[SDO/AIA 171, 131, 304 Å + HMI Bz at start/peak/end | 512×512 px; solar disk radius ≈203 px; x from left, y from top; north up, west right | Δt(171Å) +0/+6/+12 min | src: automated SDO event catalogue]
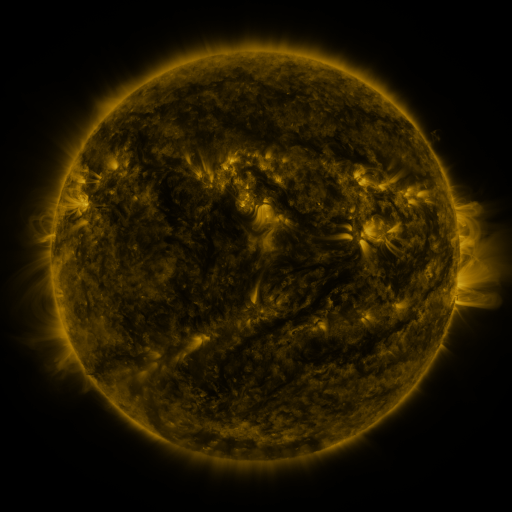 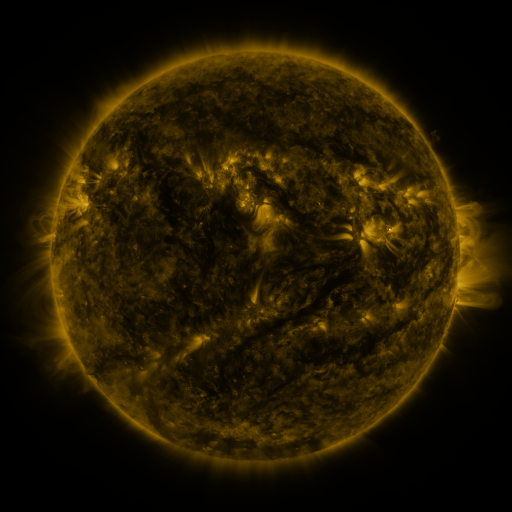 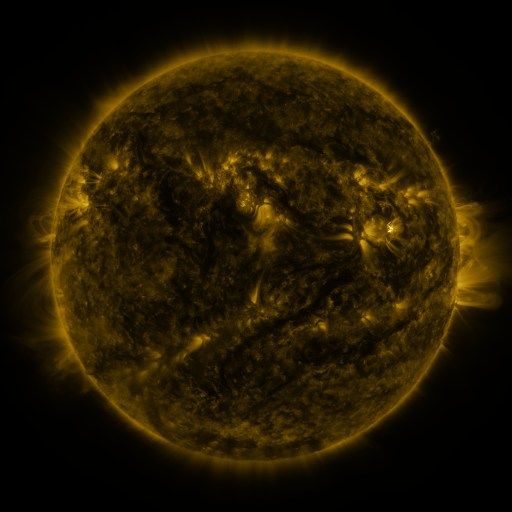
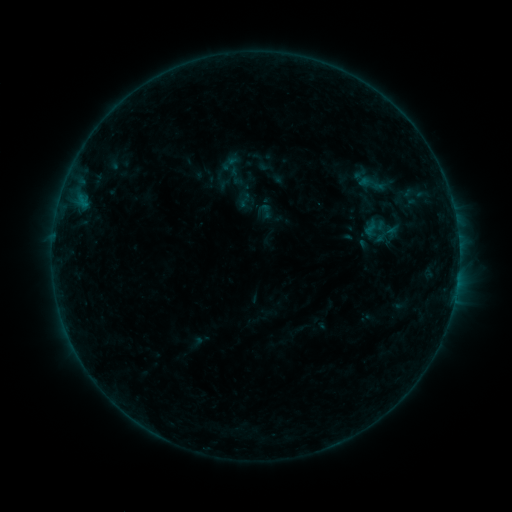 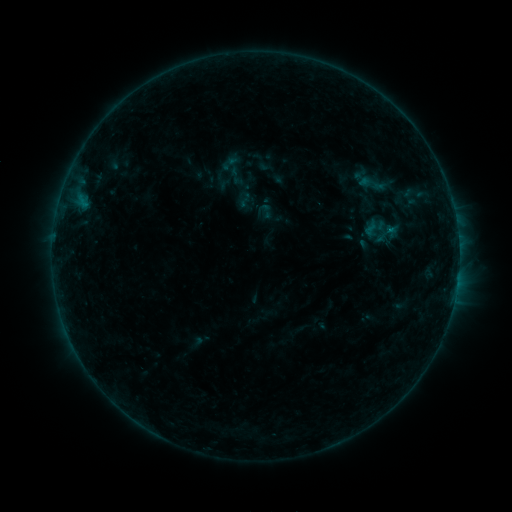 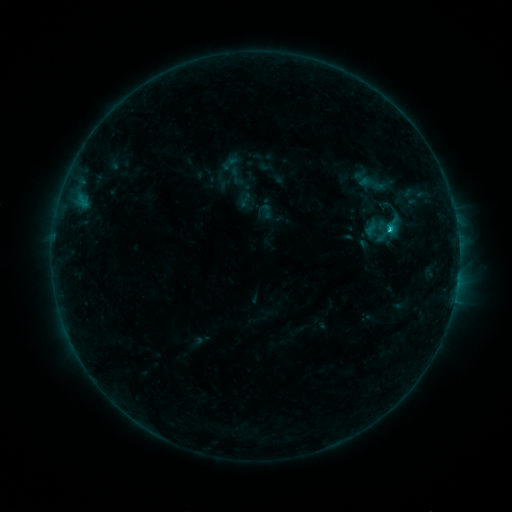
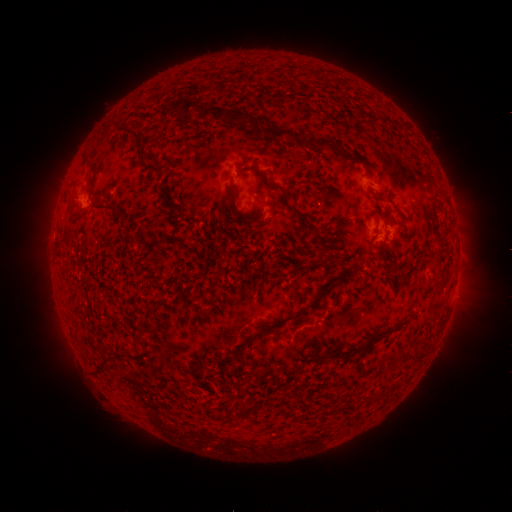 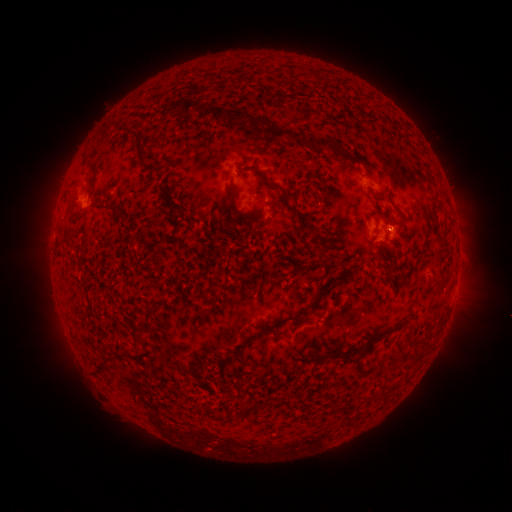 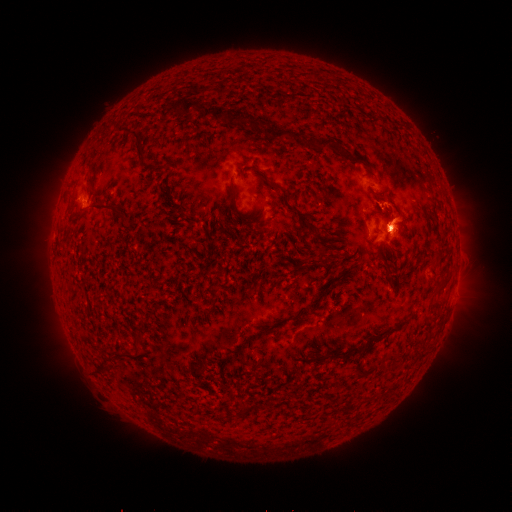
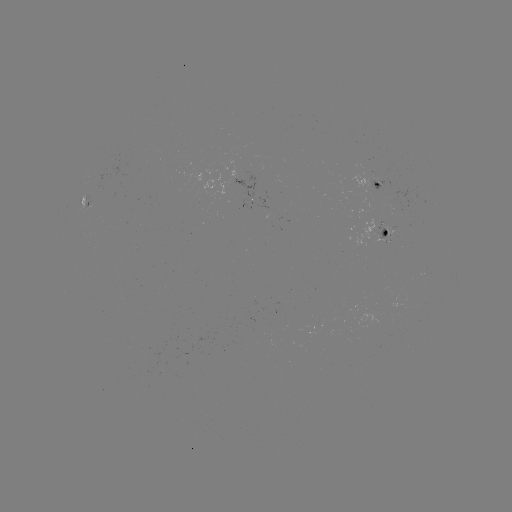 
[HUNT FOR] C2.8 flare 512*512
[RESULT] (389, 229)